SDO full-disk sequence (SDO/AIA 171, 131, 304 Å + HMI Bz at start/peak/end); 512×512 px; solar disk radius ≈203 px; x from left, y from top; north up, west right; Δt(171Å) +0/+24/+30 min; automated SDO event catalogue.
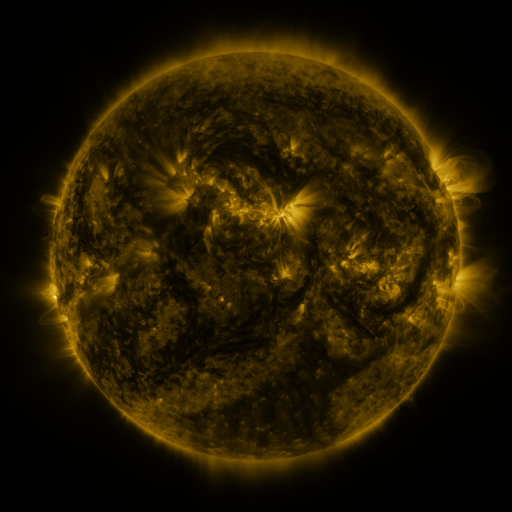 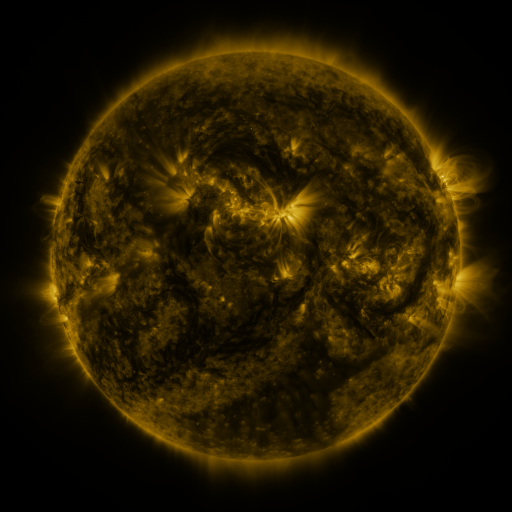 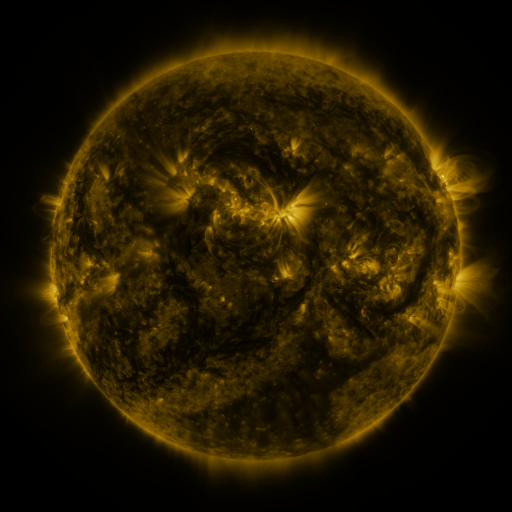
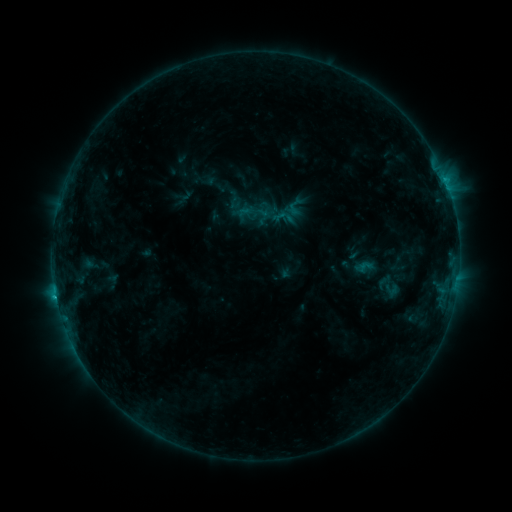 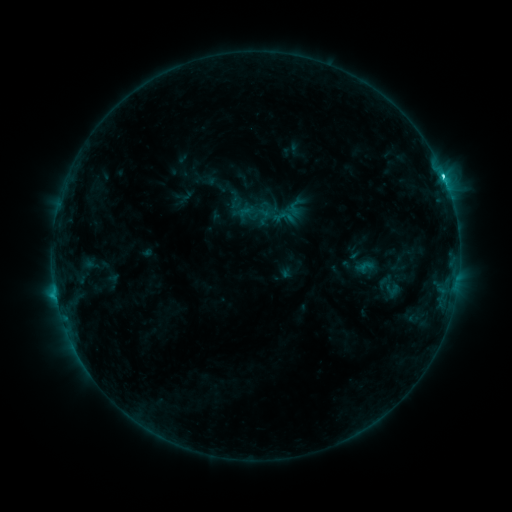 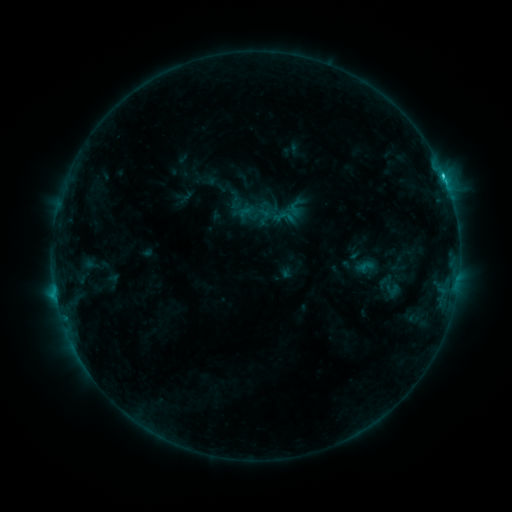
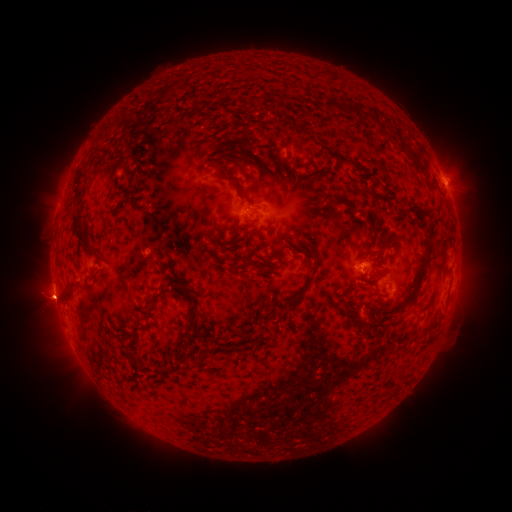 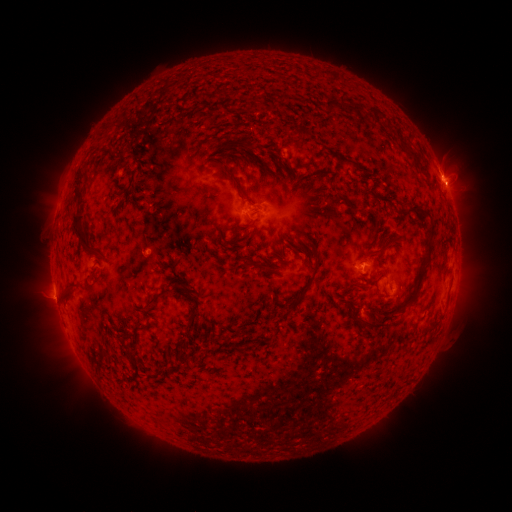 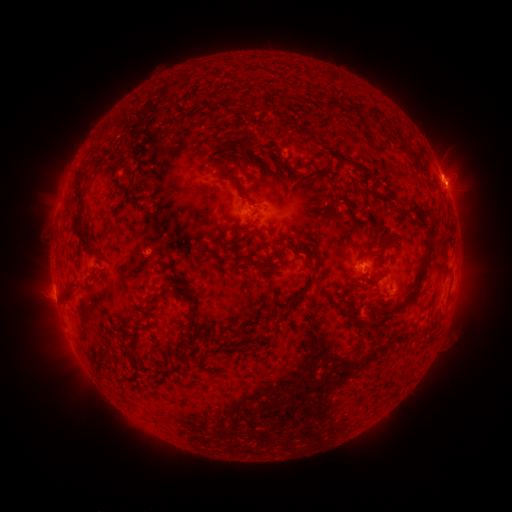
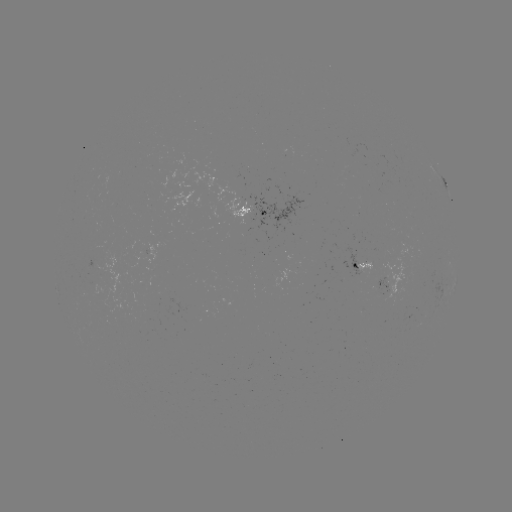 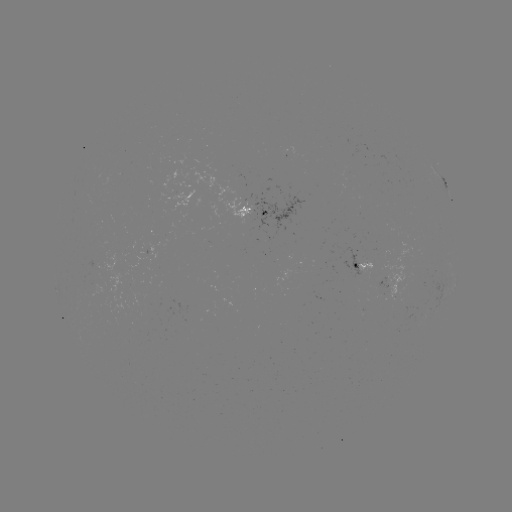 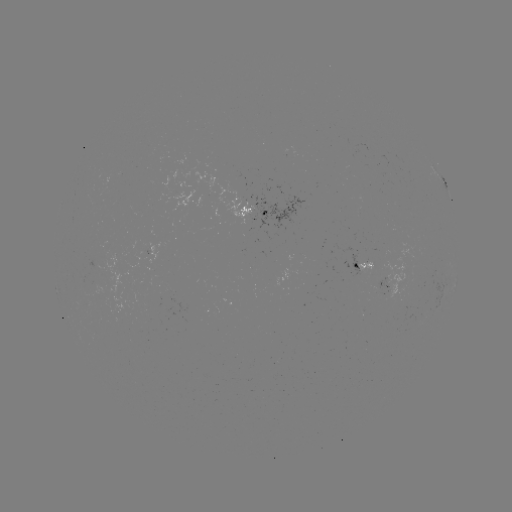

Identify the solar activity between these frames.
C2.3 flare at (442, 177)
